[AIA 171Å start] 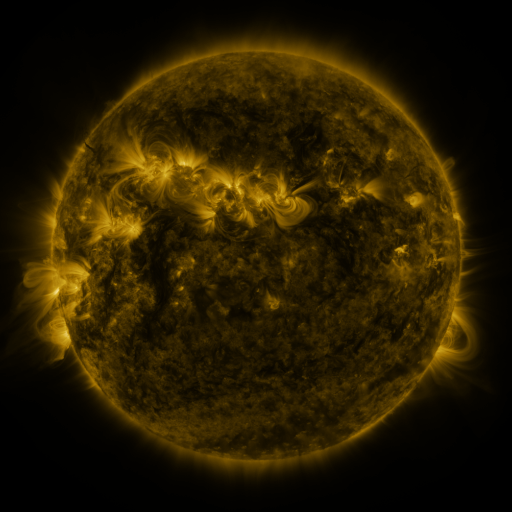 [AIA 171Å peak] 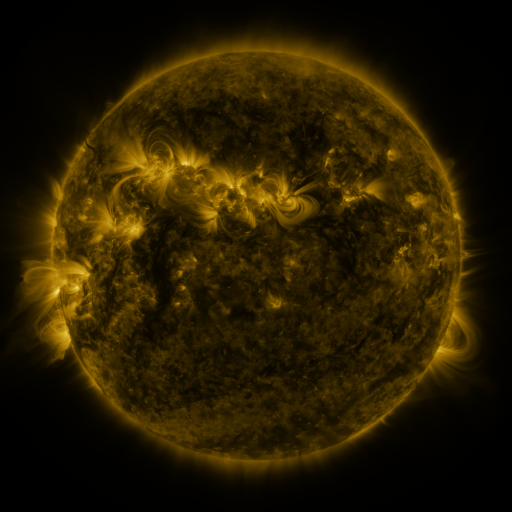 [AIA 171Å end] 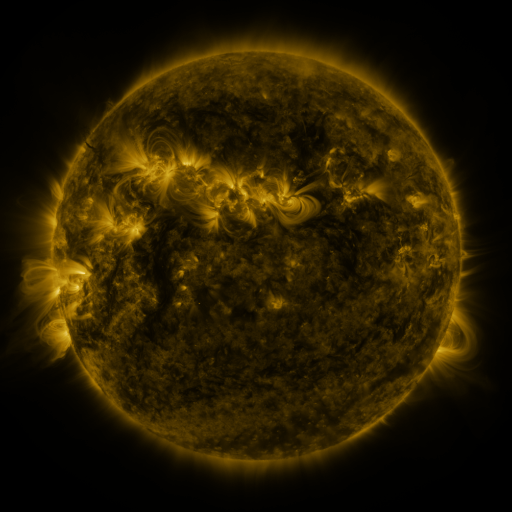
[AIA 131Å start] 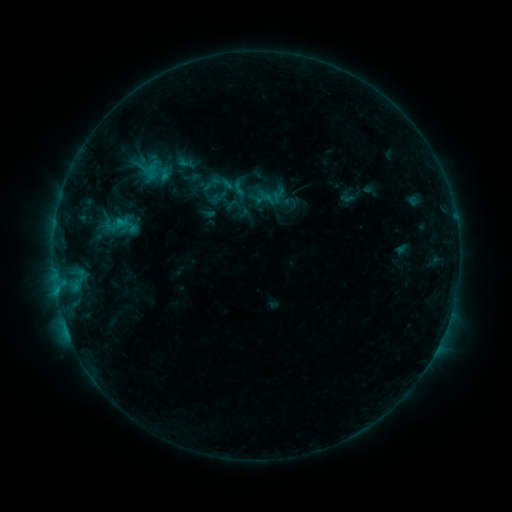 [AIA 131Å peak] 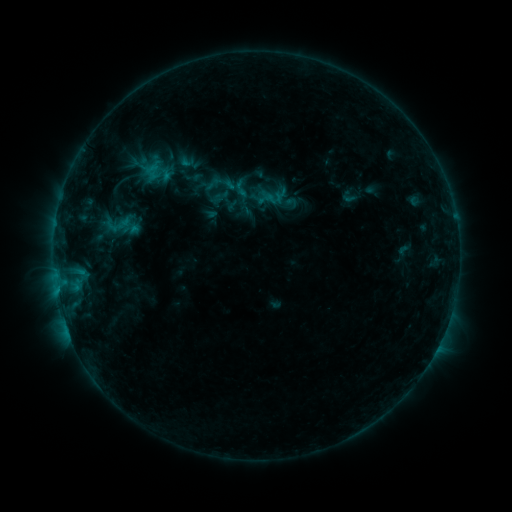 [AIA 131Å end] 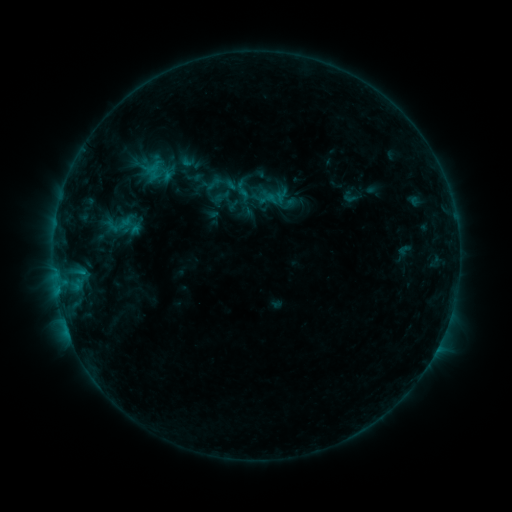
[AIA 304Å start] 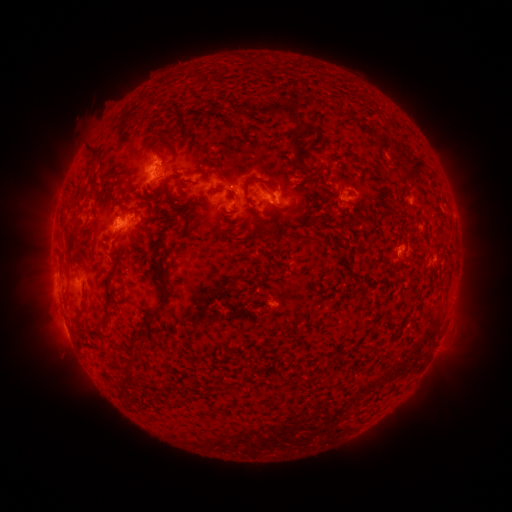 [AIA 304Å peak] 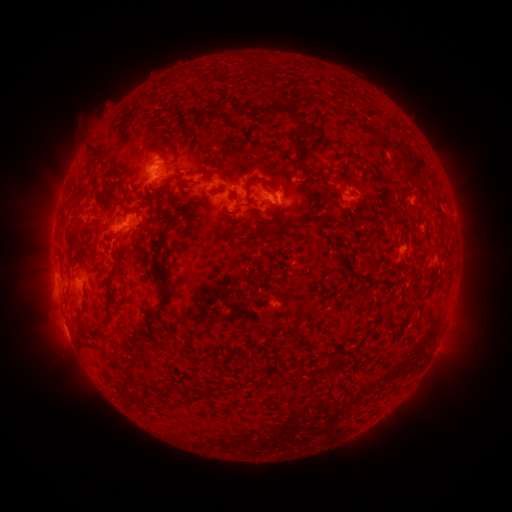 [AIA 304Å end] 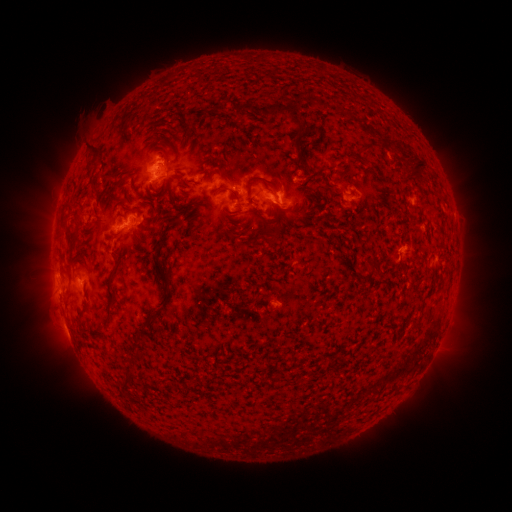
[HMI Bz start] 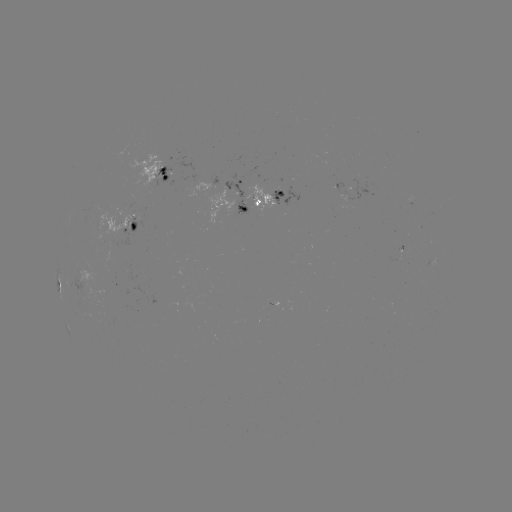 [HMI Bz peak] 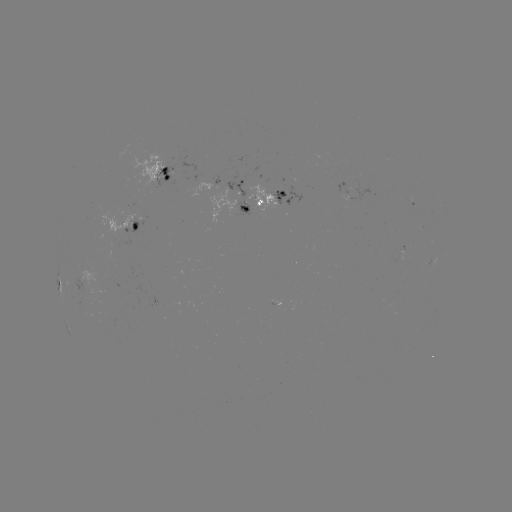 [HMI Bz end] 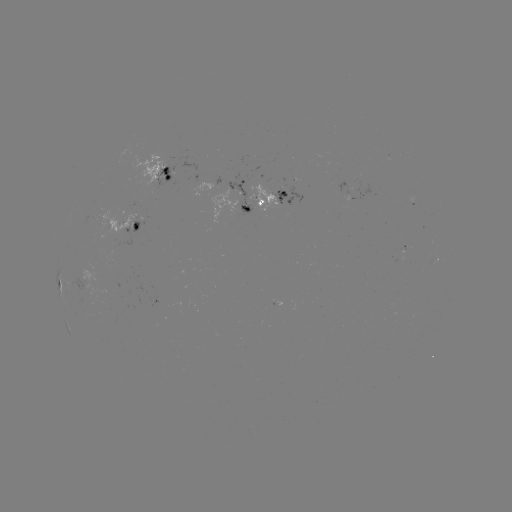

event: emerging-flux region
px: (403, 248)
